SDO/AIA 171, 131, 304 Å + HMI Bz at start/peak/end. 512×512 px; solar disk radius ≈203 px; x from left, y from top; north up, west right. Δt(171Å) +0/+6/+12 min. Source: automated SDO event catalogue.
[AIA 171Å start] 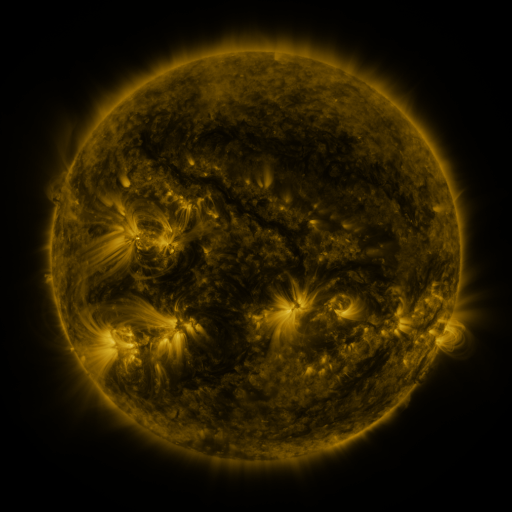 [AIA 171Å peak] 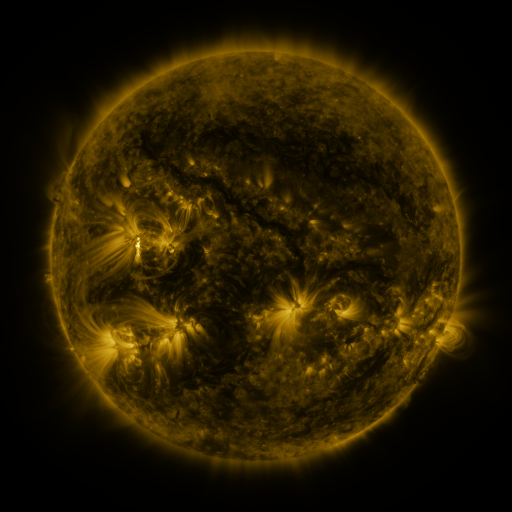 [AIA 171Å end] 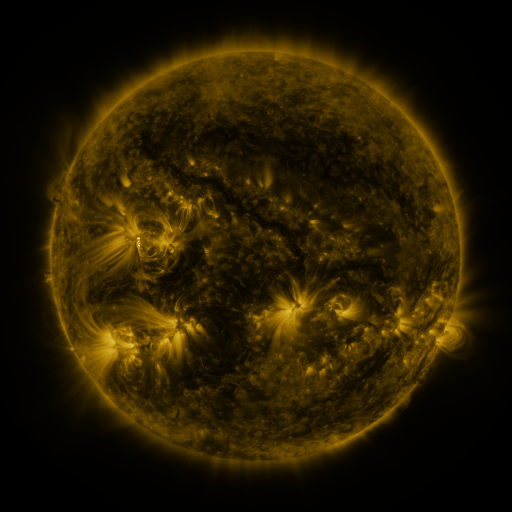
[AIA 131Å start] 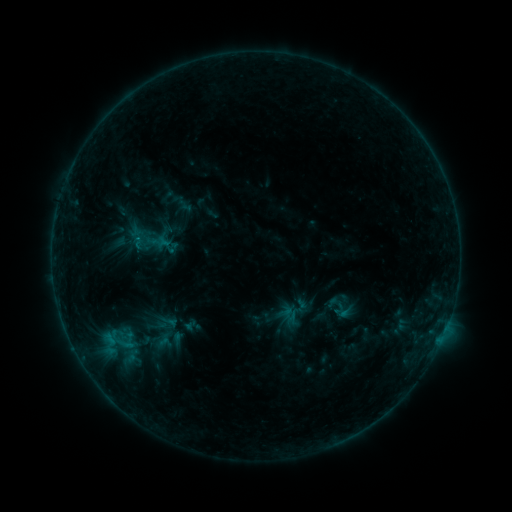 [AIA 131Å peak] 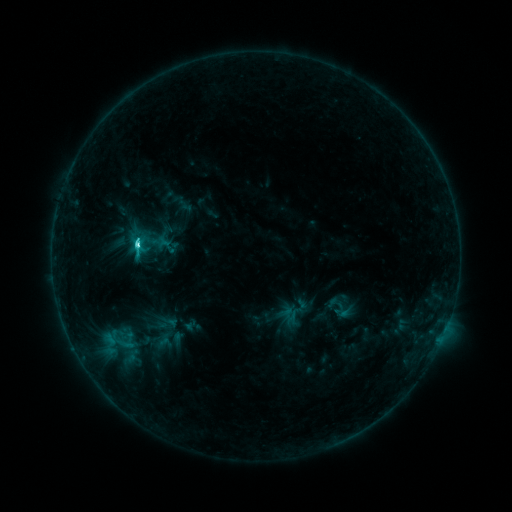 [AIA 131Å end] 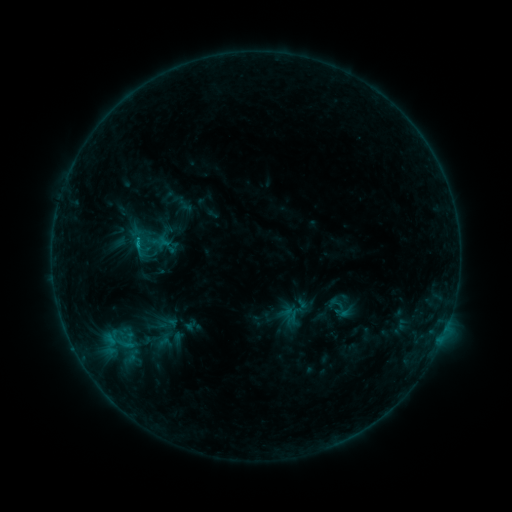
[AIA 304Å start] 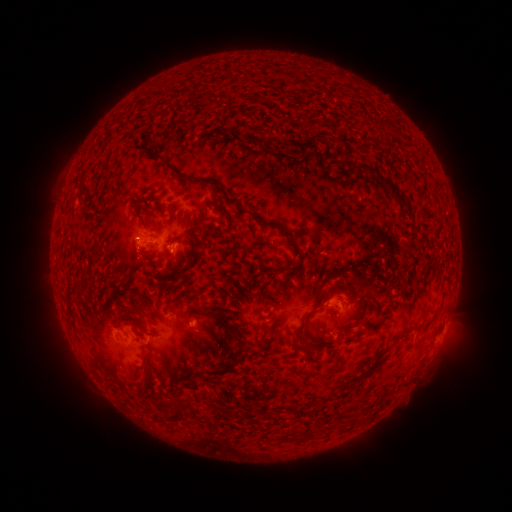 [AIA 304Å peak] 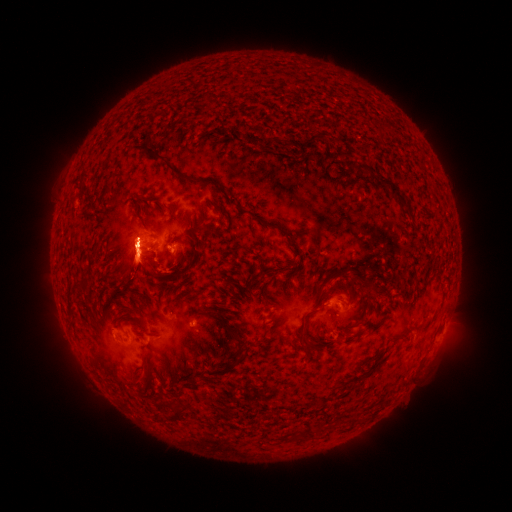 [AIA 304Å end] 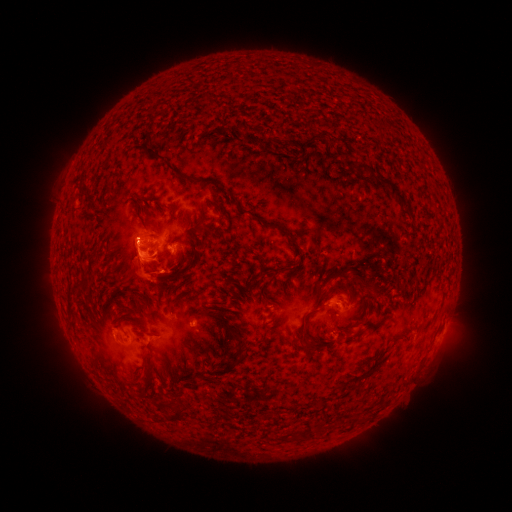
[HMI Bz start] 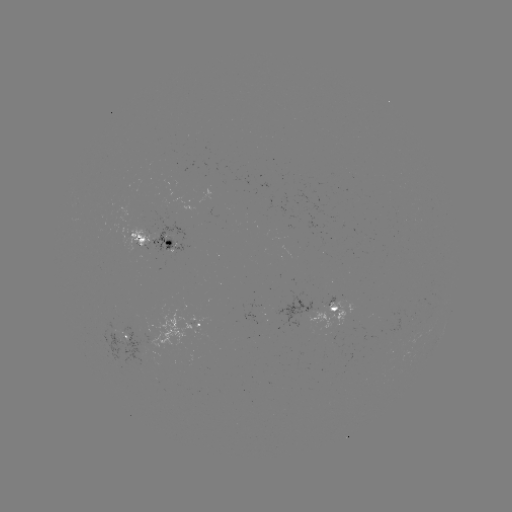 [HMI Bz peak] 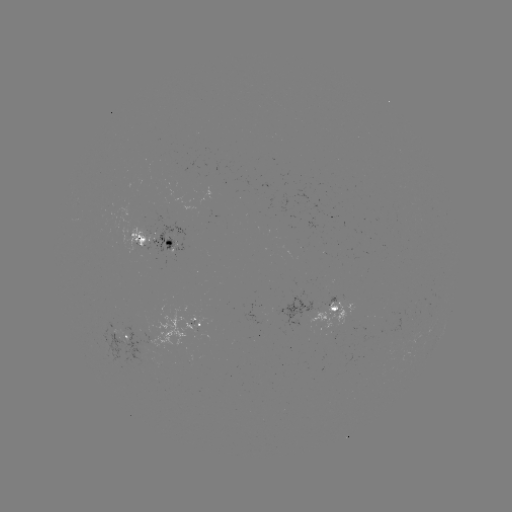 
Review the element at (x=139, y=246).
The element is C6.3 flare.